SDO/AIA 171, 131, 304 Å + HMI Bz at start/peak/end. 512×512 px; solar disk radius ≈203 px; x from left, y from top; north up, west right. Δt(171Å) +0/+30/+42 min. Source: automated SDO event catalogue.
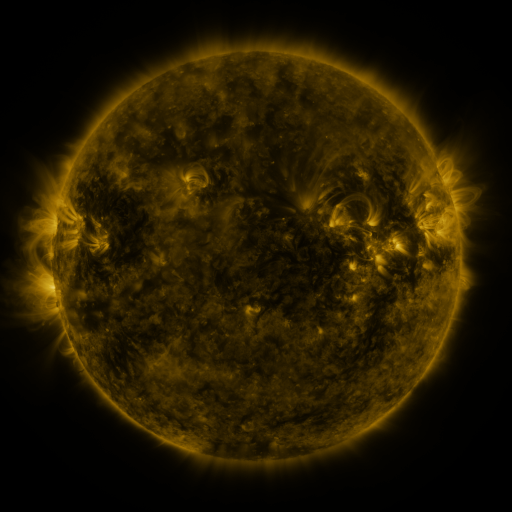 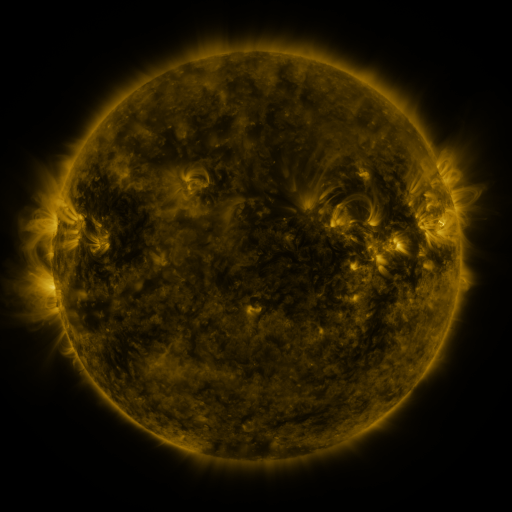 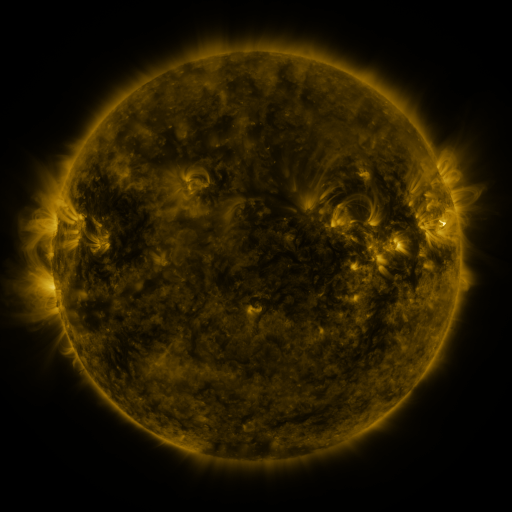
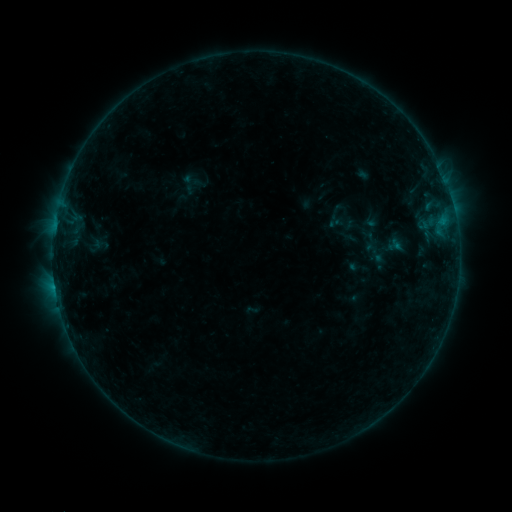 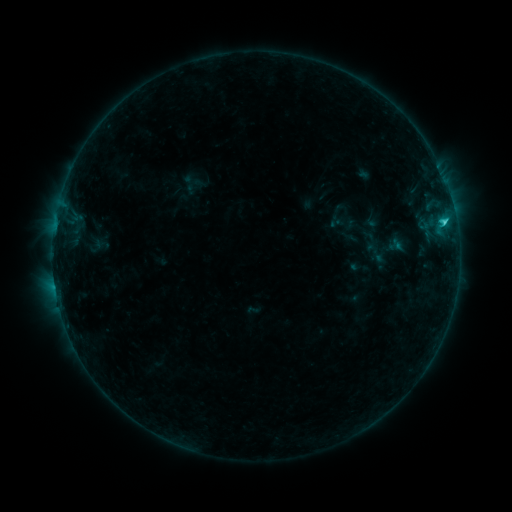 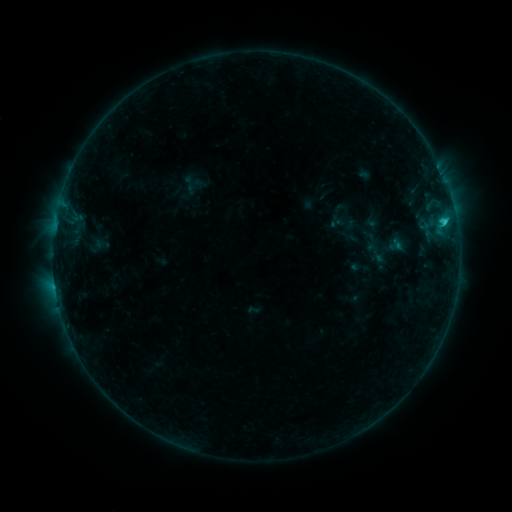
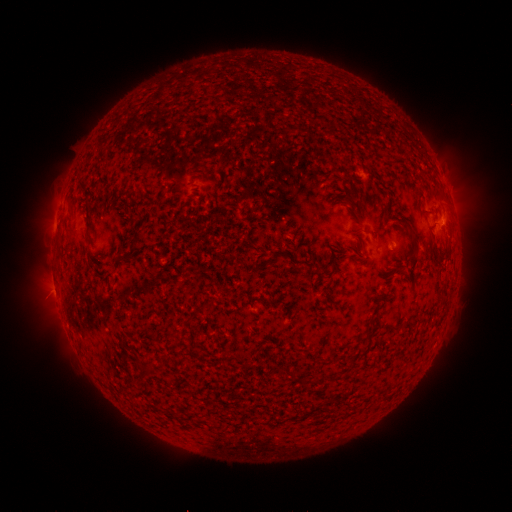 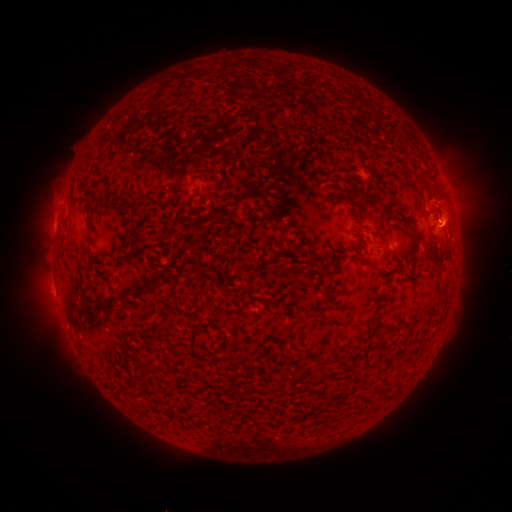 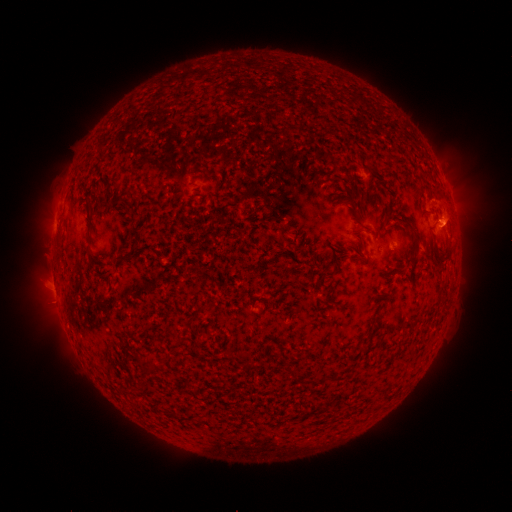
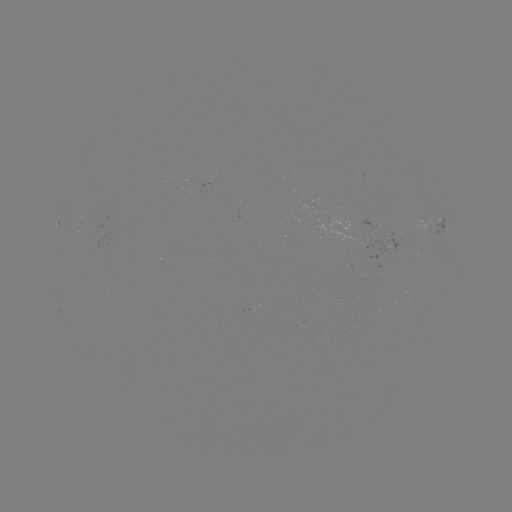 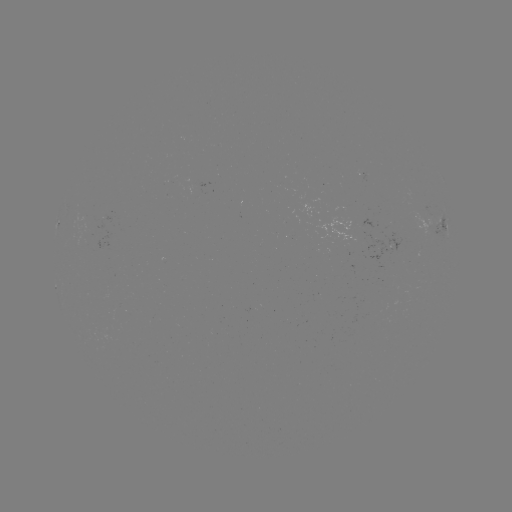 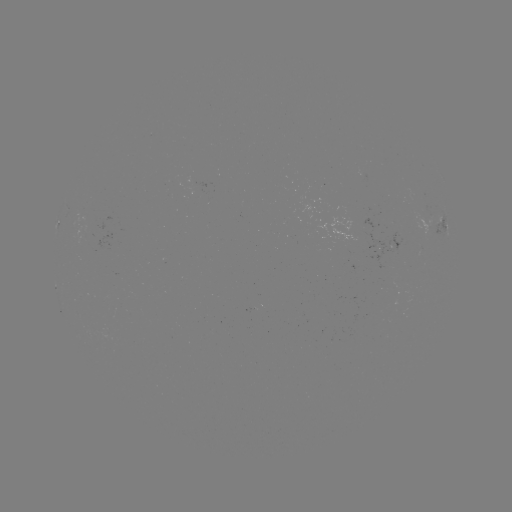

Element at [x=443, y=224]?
C1.2 flare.